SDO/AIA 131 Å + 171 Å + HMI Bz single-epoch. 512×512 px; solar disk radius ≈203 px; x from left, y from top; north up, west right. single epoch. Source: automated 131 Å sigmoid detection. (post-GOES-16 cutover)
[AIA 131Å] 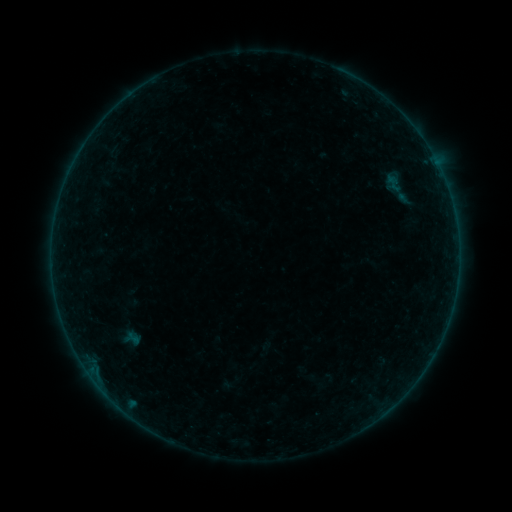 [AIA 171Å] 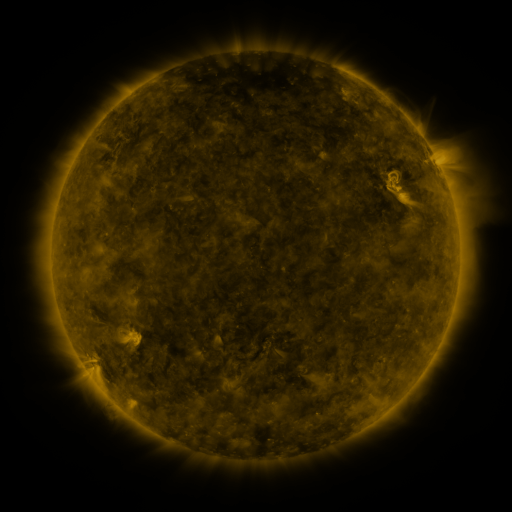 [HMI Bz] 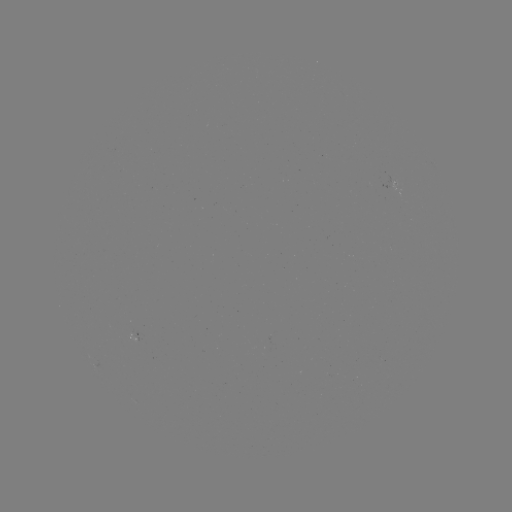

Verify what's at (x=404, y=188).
sigmoid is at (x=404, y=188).